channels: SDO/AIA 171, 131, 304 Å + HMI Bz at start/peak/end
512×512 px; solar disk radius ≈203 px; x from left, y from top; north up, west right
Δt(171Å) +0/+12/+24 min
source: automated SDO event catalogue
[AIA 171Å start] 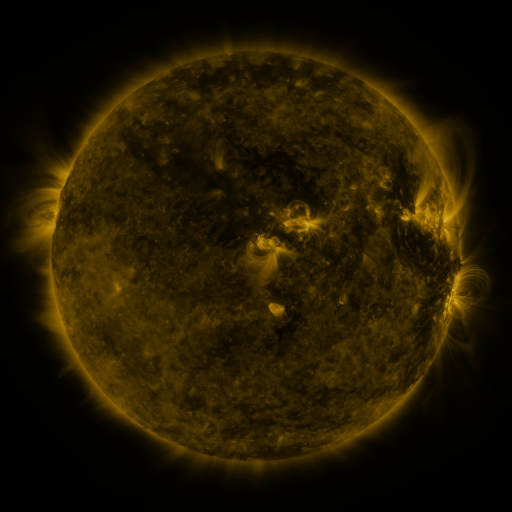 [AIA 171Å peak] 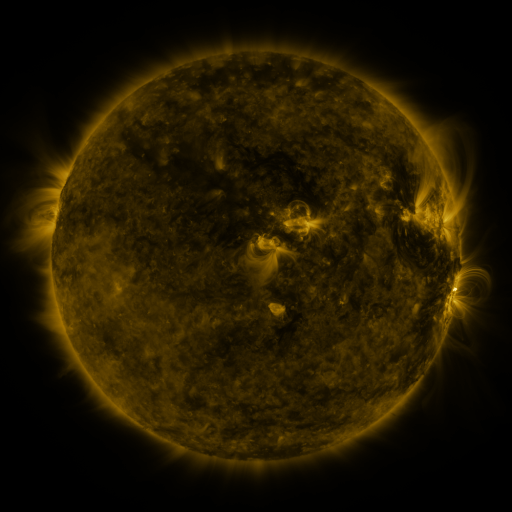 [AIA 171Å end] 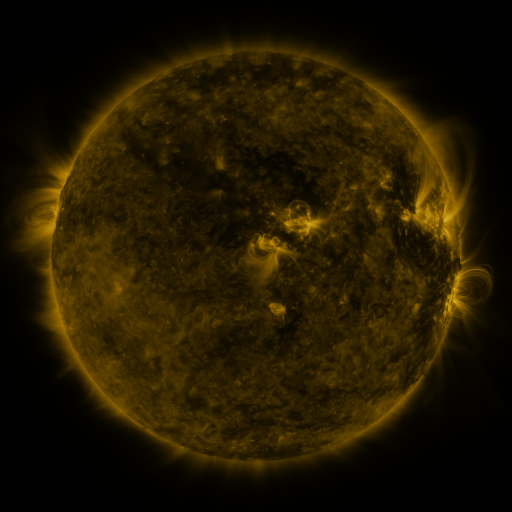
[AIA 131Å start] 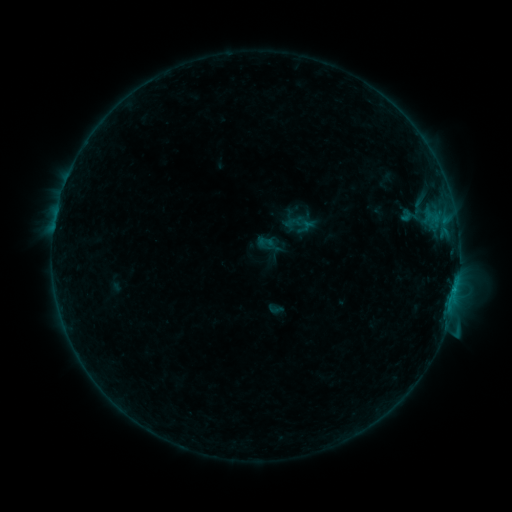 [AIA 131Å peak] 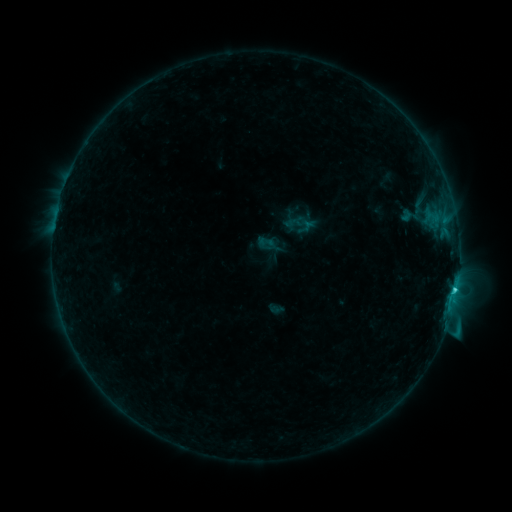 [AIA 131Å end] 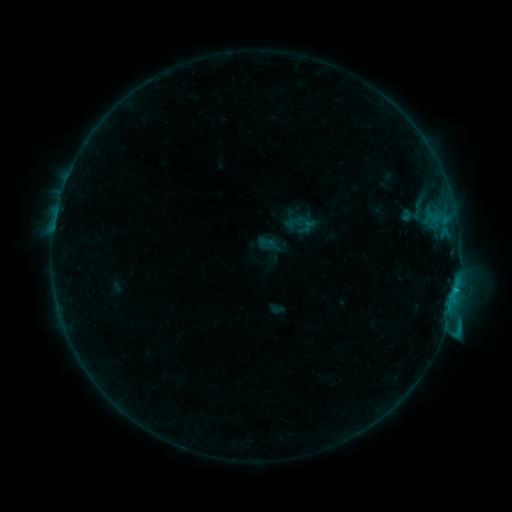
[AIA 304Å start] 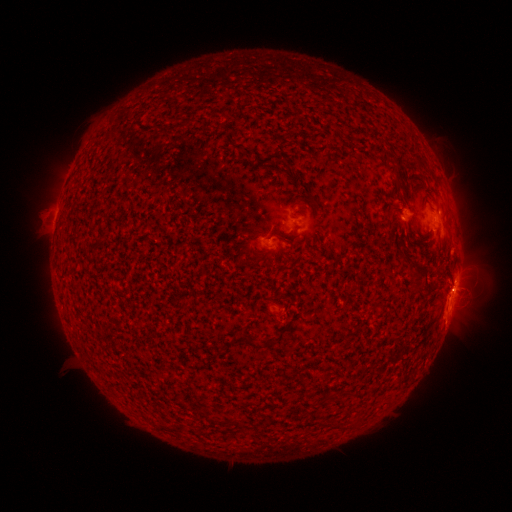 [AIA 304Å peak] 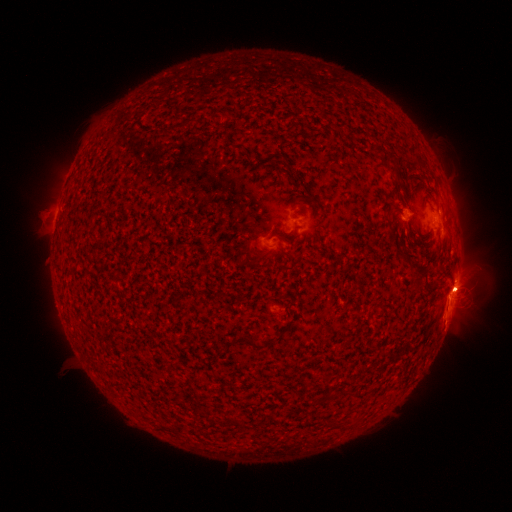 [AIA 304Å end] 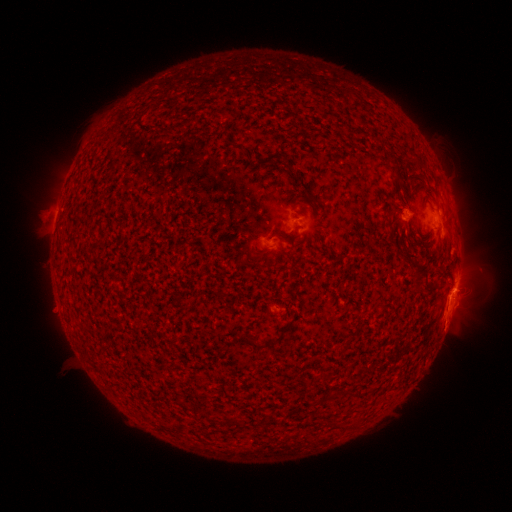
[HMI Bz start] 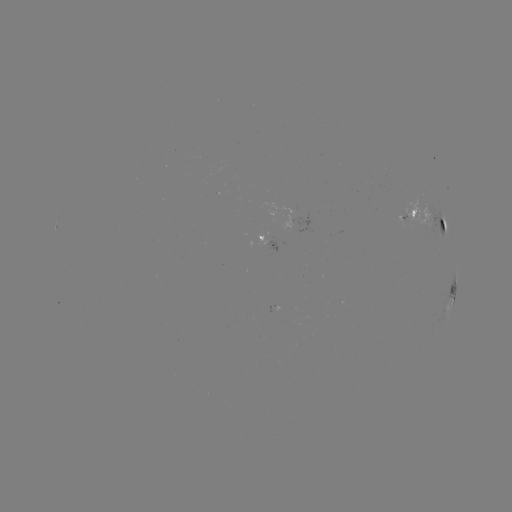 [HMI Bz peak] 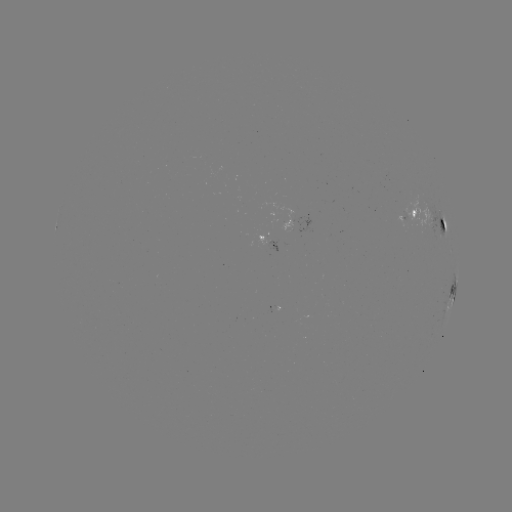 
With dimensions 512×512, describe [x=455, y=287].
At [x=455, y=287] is C1.7 flare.